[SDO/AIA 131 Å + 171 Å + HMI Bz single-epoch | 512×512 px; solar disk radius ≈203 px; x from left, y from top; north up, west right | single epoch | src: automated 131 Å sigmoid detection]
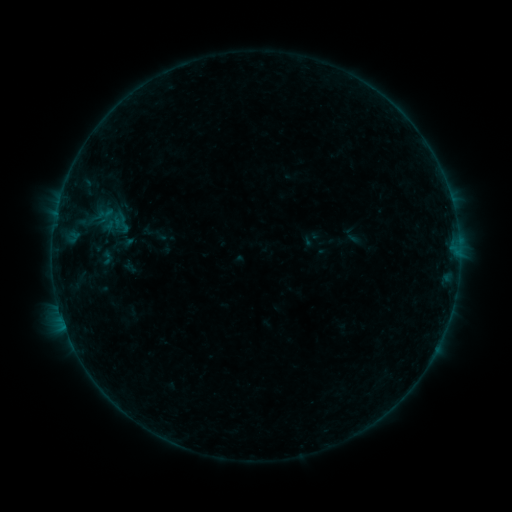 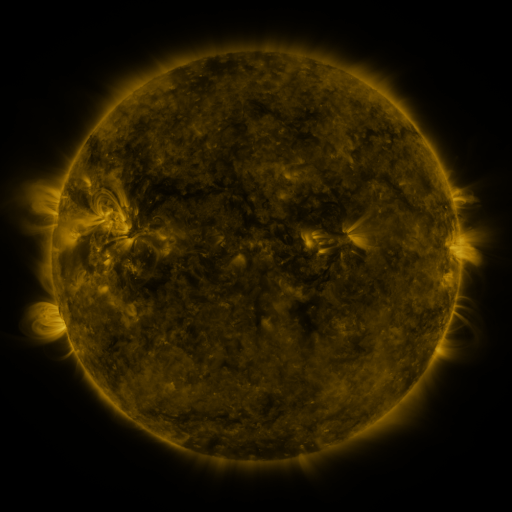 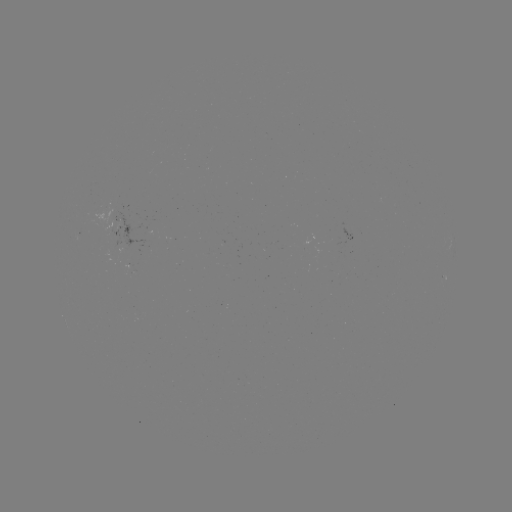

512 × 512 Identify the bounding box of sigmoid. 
[102, 204, 125, 232].